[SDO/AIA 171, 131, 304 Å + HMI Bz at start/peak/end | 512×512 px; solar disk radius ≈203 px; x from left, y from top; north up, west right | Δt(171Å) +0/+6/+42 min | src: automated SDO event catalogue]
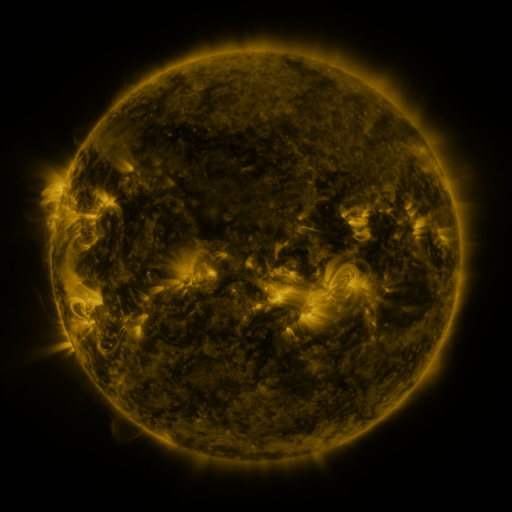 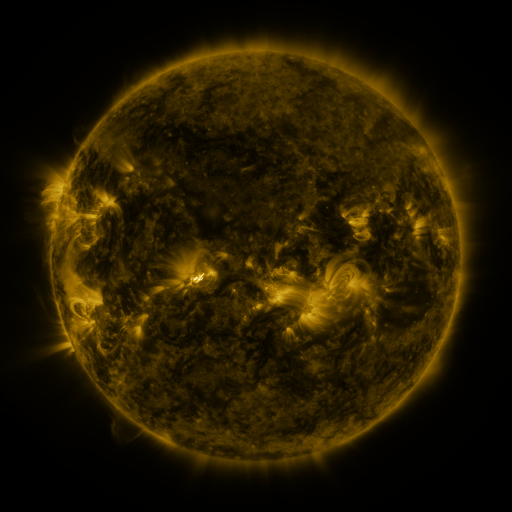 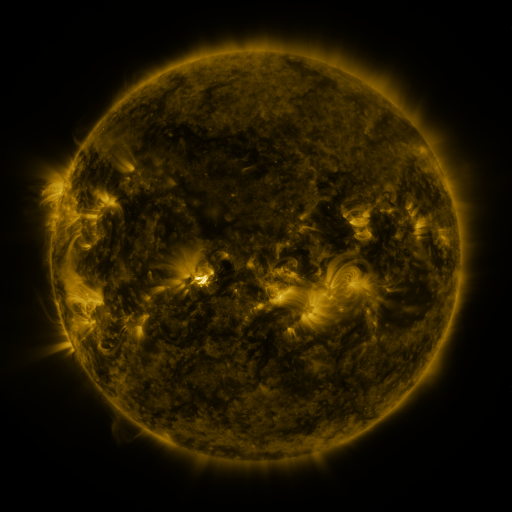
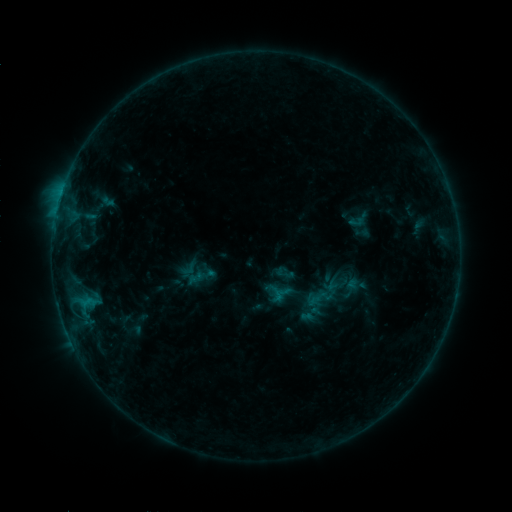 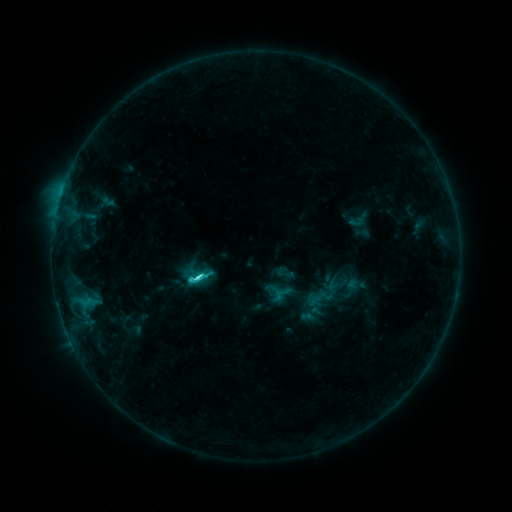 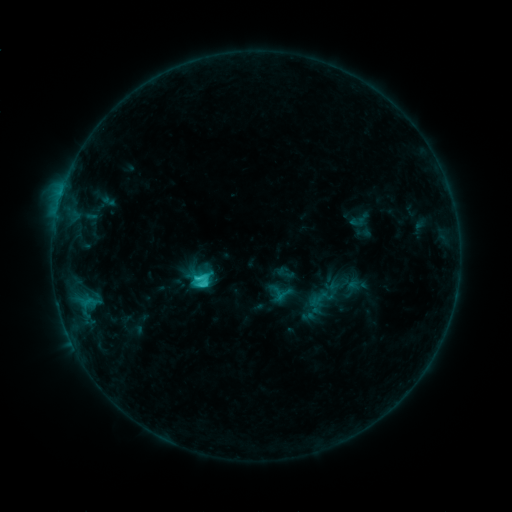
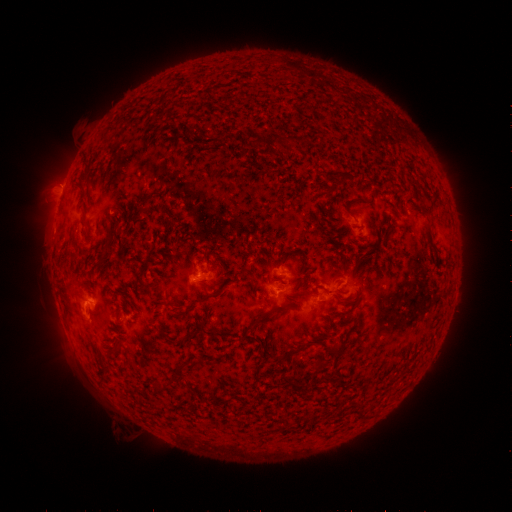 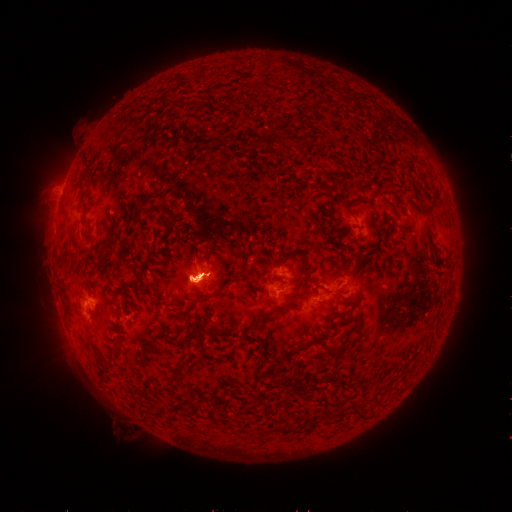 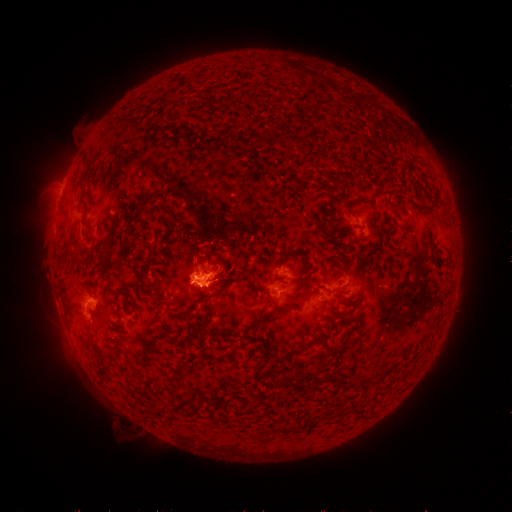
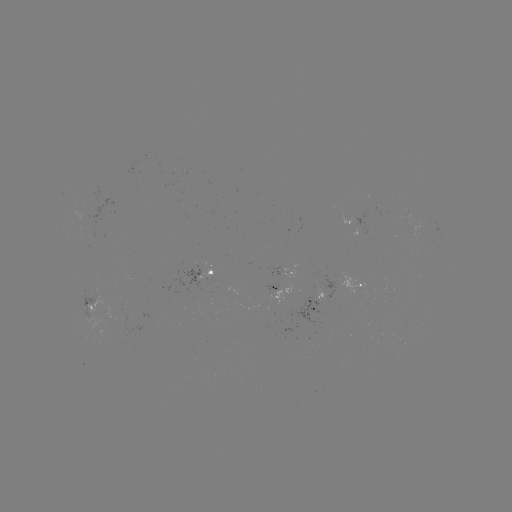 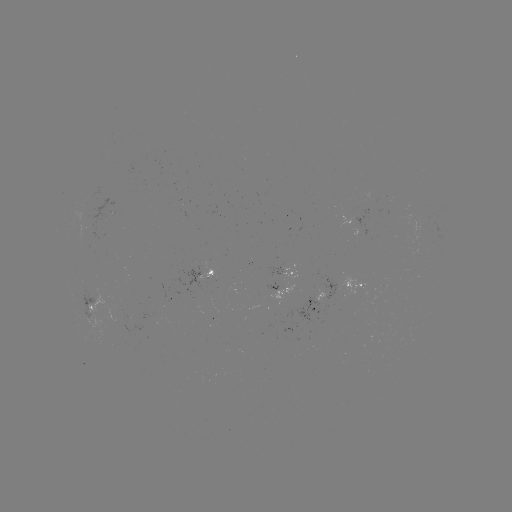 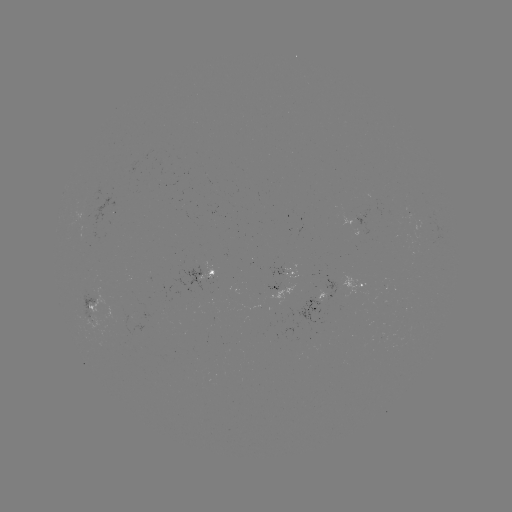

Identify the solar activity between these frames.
C5.6 flare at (200, 275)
